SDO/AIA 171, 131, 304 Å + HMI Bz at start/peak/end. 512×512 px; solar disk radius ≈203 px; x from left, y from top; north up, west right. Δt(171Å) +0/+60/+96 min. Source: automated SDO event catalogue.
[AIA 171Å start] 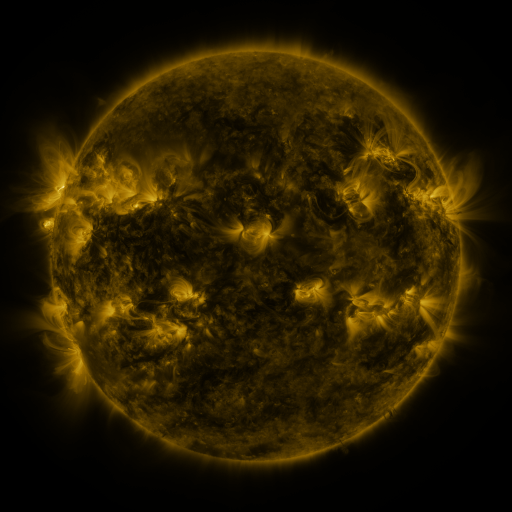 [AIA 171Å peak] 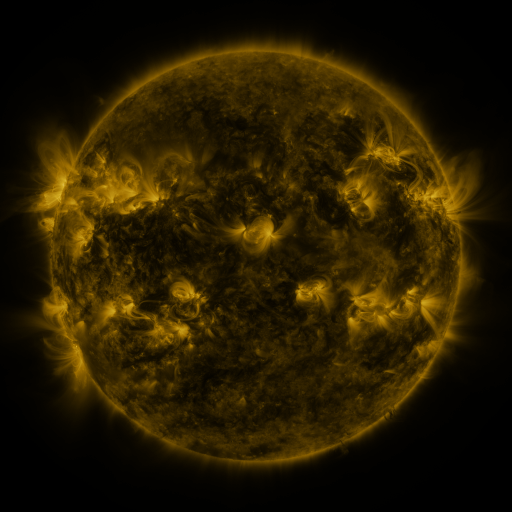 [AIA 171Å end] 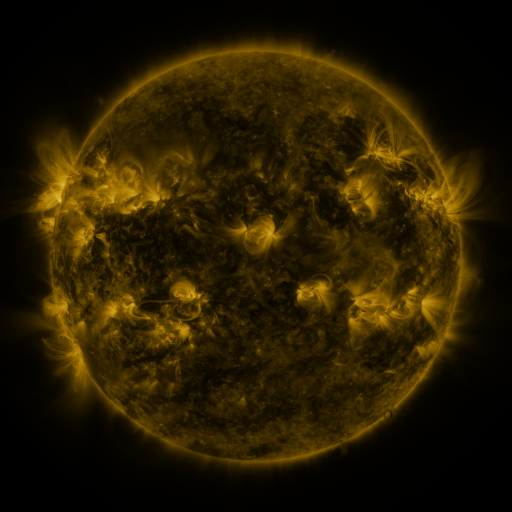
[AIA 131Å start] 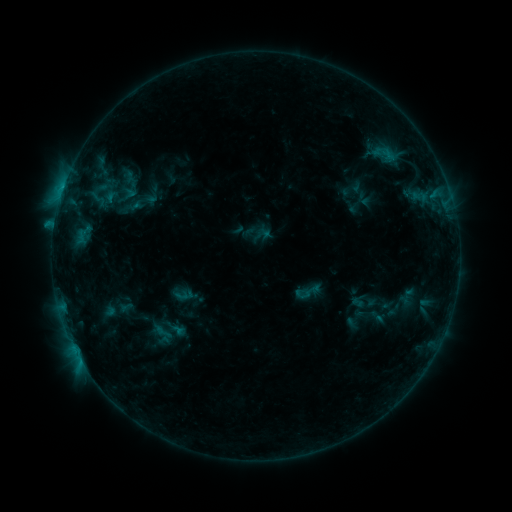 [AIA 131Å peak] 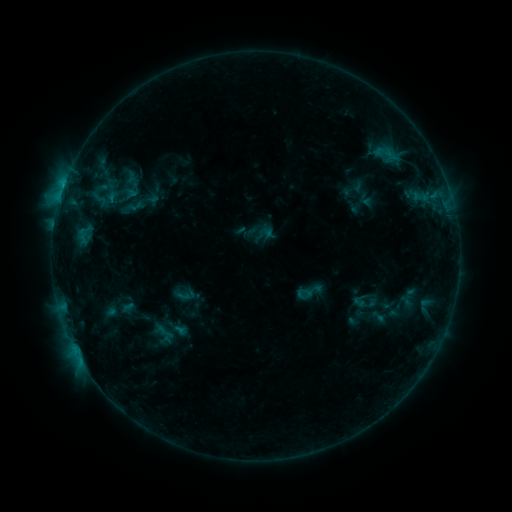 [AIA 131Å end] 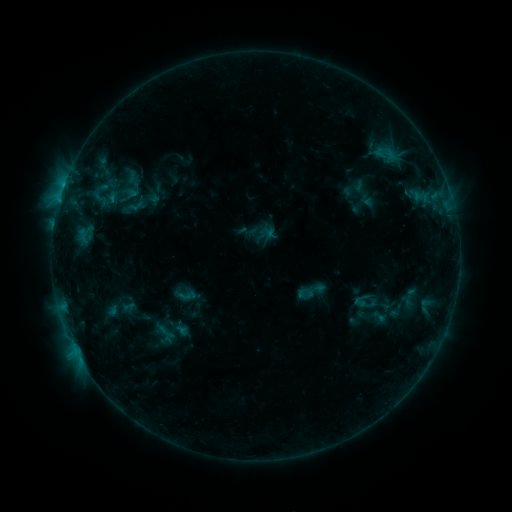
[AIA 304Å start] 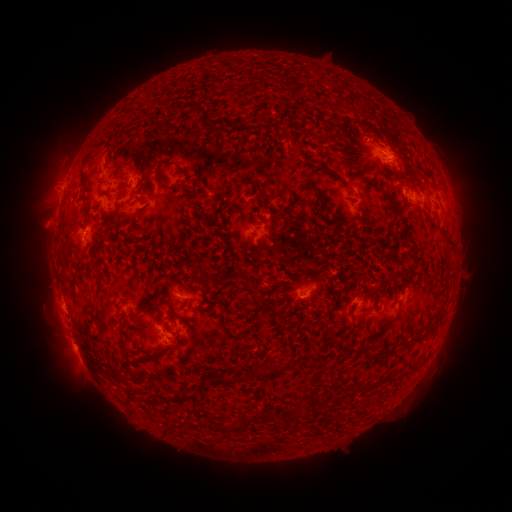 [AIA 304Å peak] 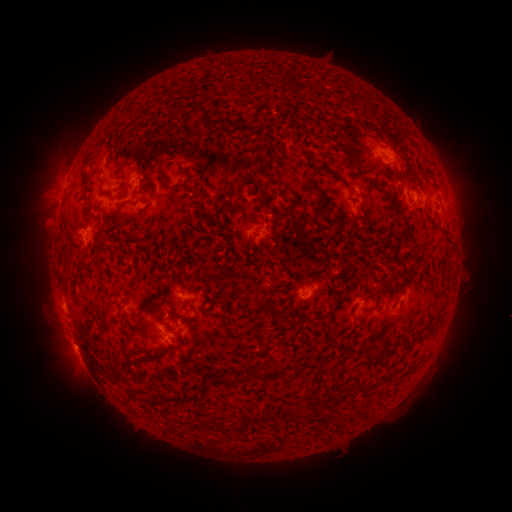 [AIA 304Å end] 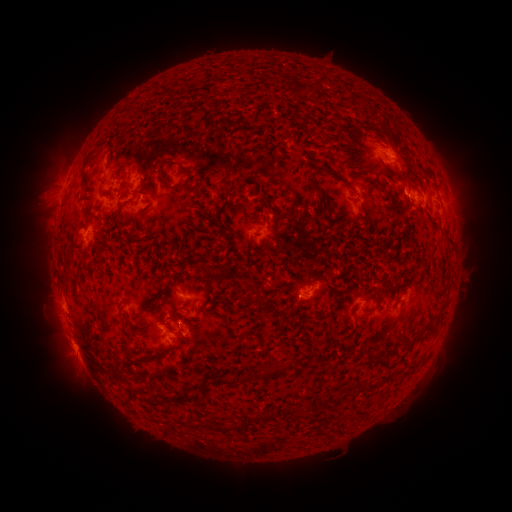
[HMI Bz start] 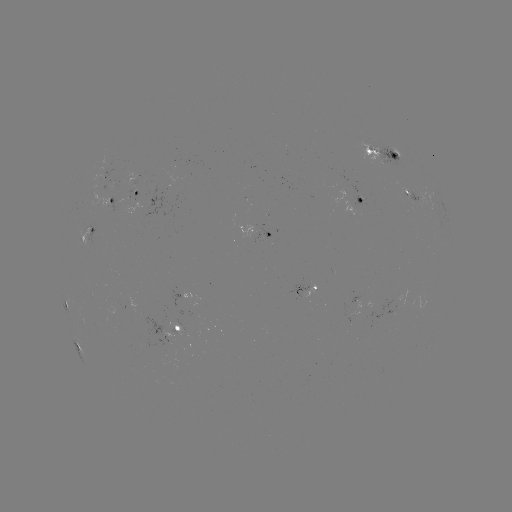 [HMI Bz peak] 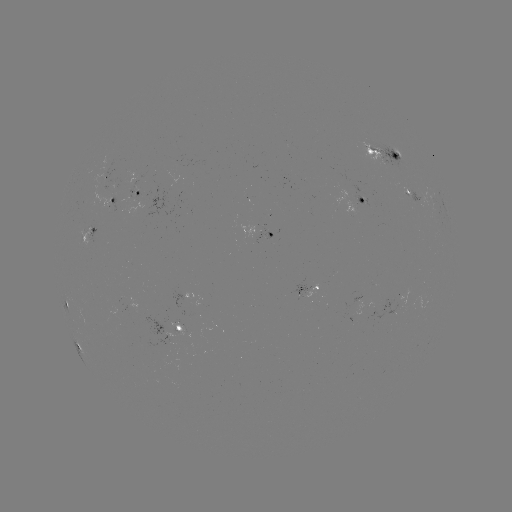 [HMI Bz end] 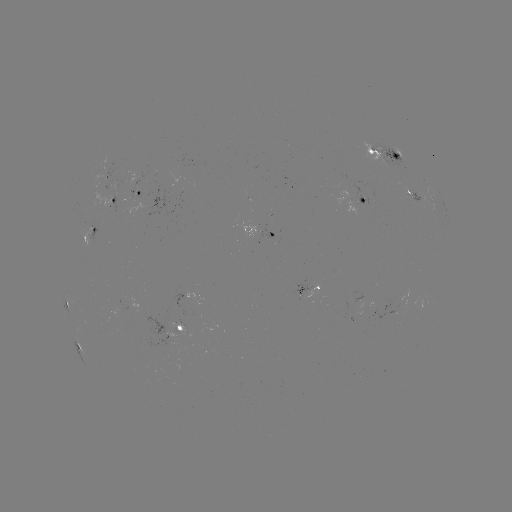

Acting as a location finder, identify emerging-flux region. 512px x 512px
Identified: [168, 344].